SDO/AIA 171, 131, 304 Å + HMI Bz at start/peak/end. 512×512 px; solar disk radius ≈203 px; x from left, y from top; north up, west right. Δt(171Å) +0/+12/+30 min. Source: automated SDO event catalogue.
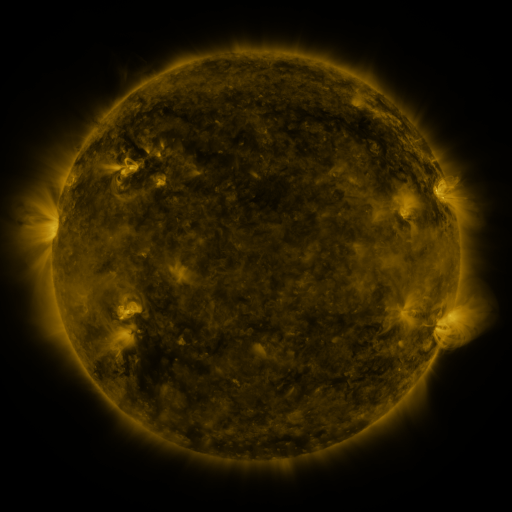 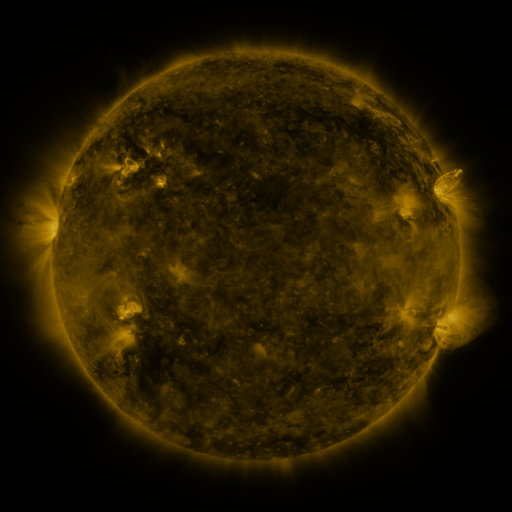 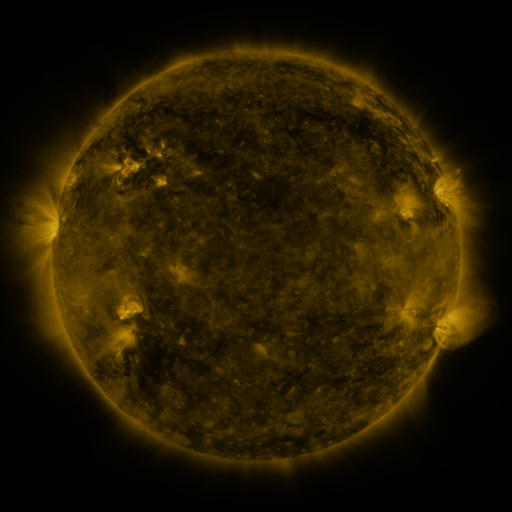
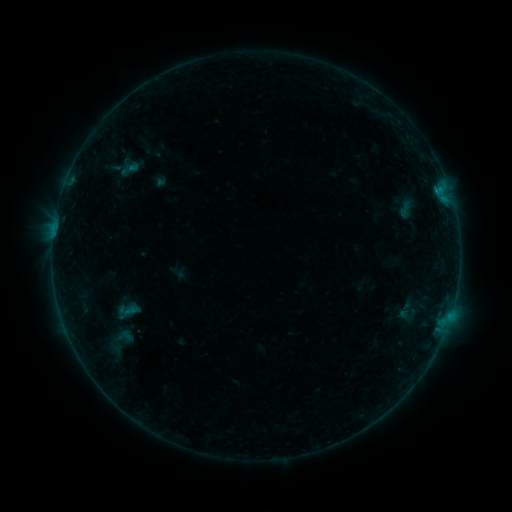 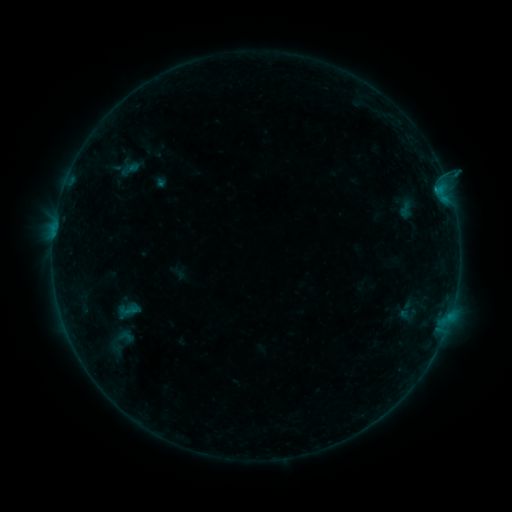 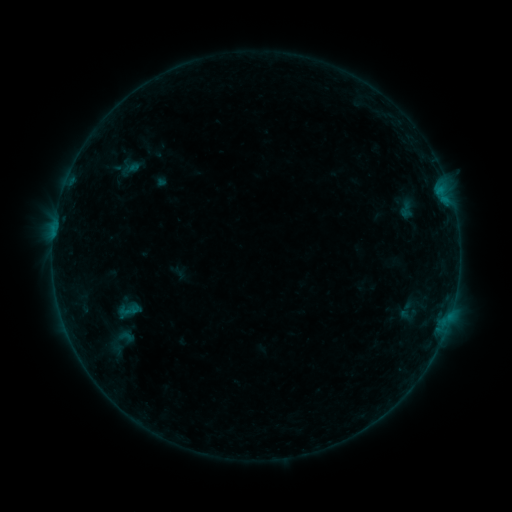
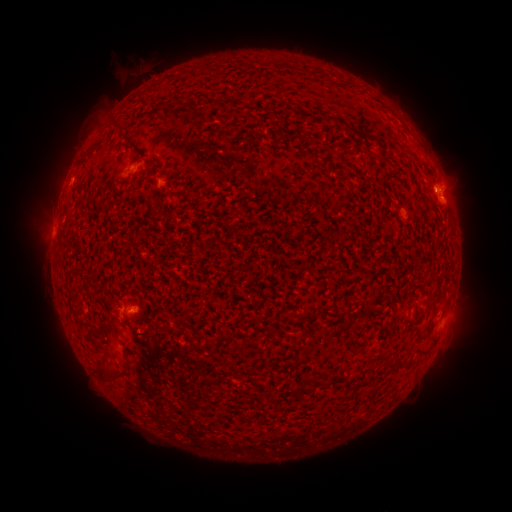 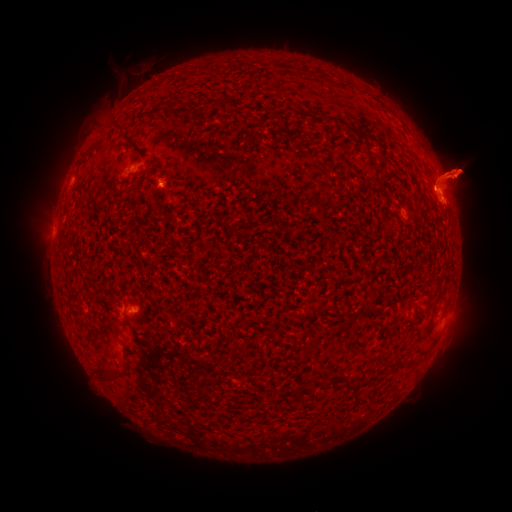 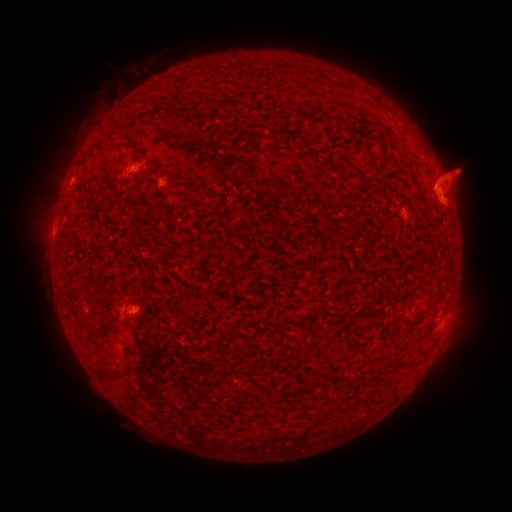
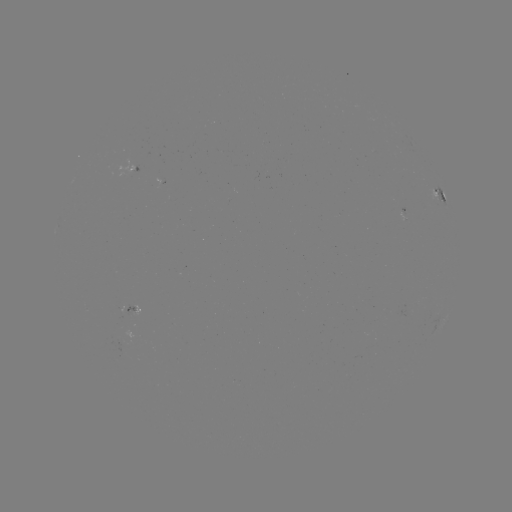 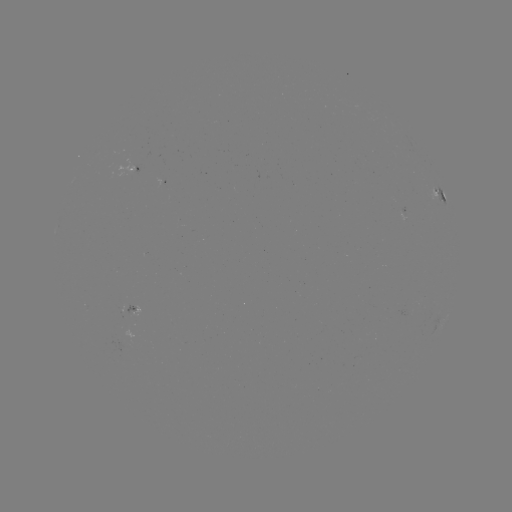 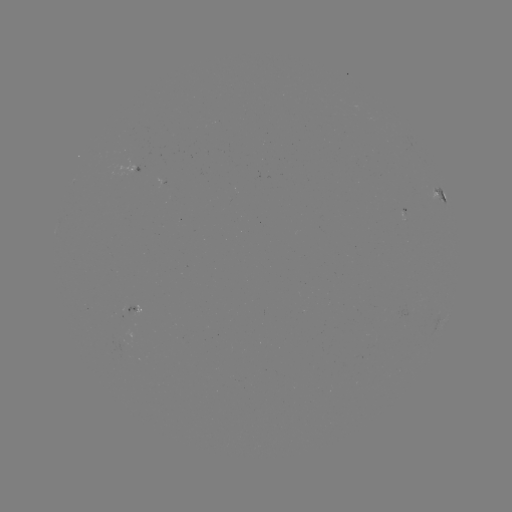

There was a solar eruption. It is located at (455, 174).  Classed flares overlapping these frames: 1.